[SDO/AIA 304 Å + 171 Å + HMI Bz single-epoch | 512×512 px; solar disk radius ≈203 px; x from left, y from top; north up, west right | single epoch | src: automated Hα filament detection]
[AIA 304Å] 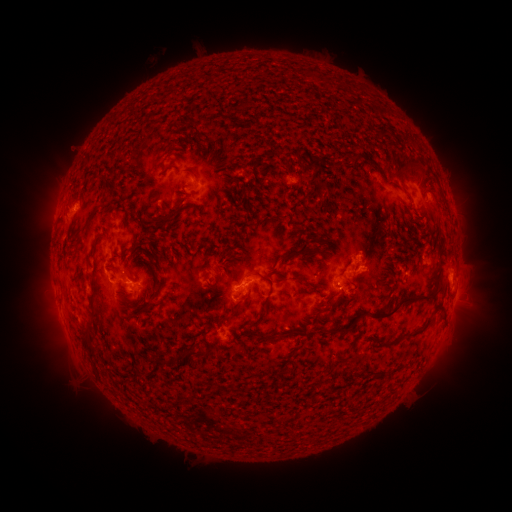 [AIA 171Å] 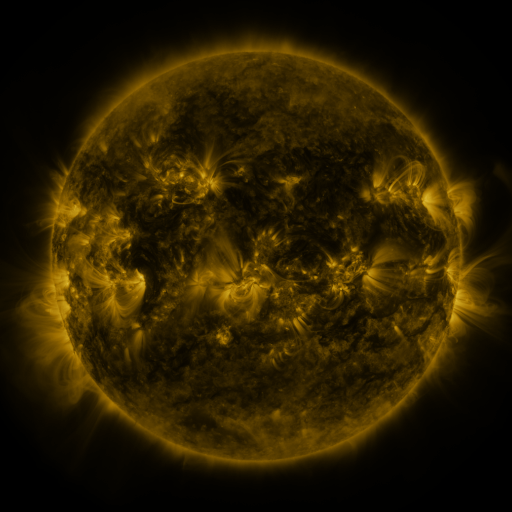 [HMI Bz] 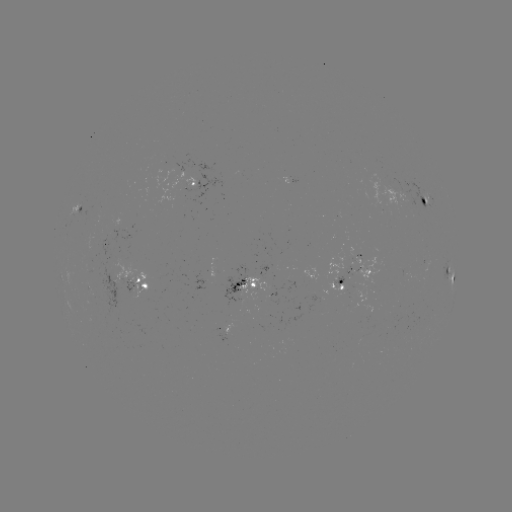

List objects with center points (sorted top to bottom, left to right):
filament: (314, 136)
filament: (229, 137)
filament: (195, 150)
filament: (220, 157)
filament: (369, 158)
filament: (314, 163)
filament: (175, 169)
filament: (226, 170)
filament: (395, 184)
filament: (103, 188)
filament: (136, 211)
filament: (279, 217)
filament: (172, 218)
filament: (87, 226)
filament: (306, 231)
filament: (329, 232)
filament: (294, 243)
filament: (137, 244)
filament: (309, 250)
filament: (134, 257)
filament: (413, 261)
filament: (160, 263)
filament: (261, 276)
filament: (306, 281)
filament: (93, 293)
filament: (403, 299)
filament: (443, 306)
filament: (150, 307)
filament: (231, 315)
filament: (259, 318)
filament: (340, 329)
filament: (297, 332)
filament: (408, 332)
filament: (260, 335)
filament: (88, 348)
filament: (192, 353)
filament: (162, 364)
filament: (387, 371)
filament: (208, 394)
